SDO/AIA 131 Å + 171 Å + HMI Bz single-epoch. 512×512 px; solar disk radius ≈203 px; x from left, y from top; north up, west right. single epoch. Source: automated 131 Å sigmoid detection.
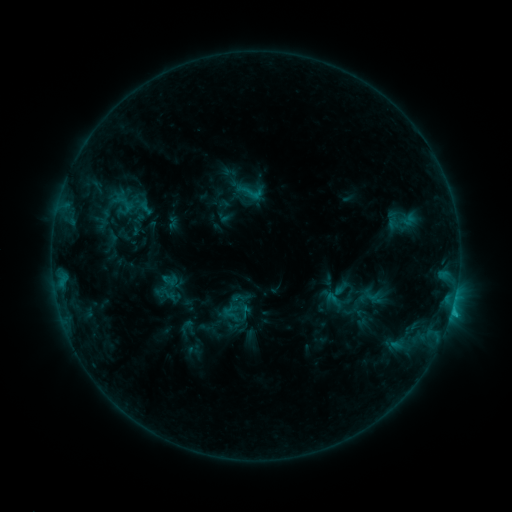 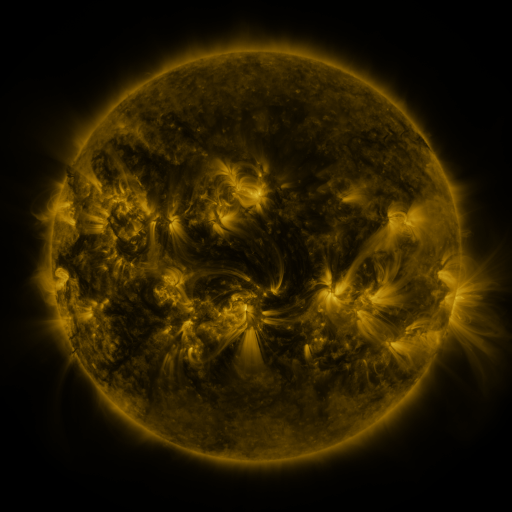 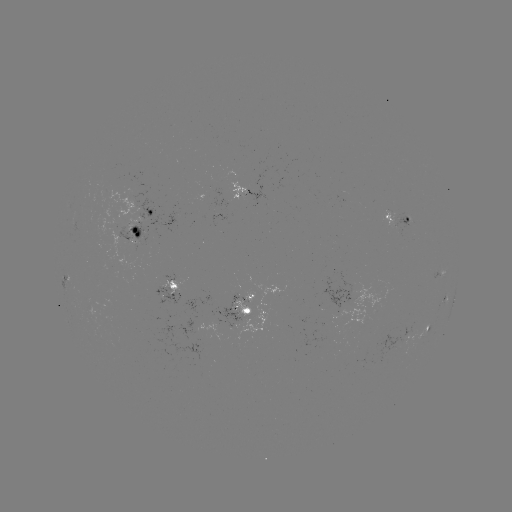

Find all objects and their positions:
sigmoid: (250, 192)
sigmoid: (106, 217)
